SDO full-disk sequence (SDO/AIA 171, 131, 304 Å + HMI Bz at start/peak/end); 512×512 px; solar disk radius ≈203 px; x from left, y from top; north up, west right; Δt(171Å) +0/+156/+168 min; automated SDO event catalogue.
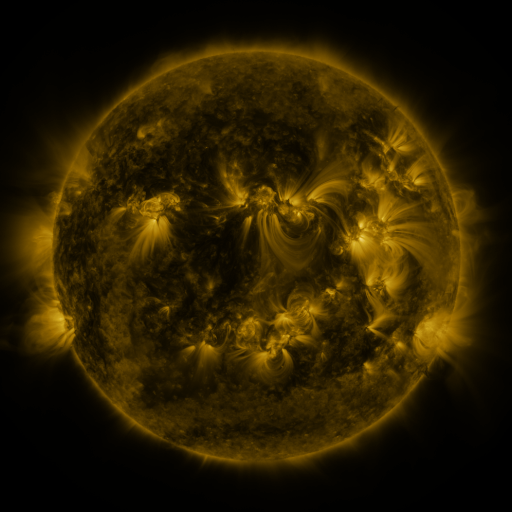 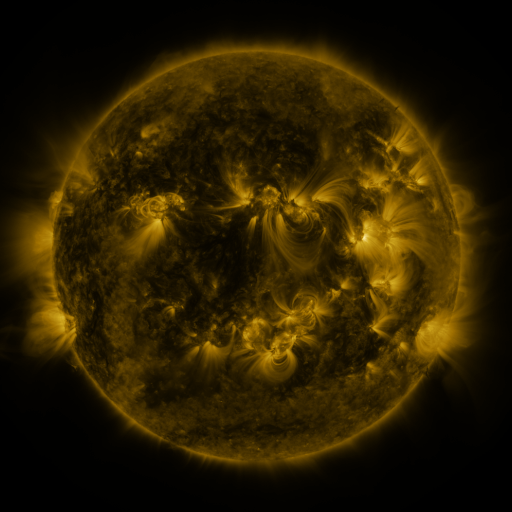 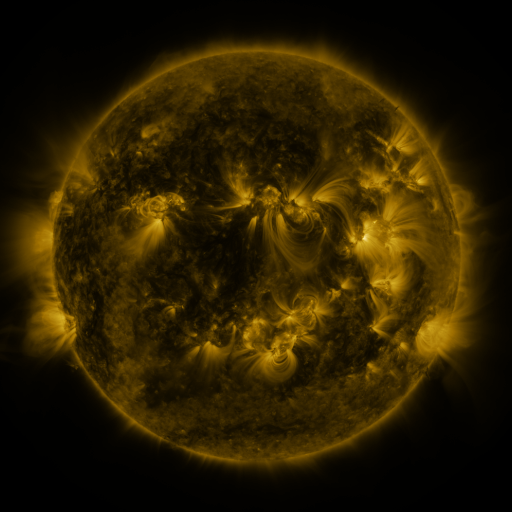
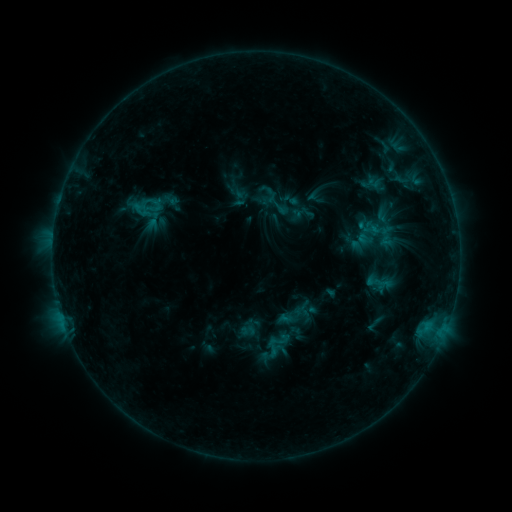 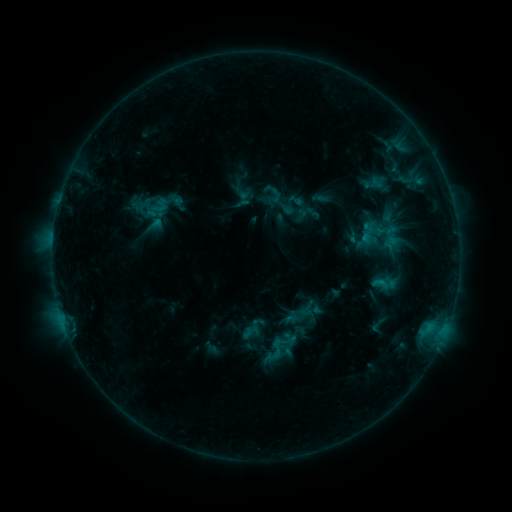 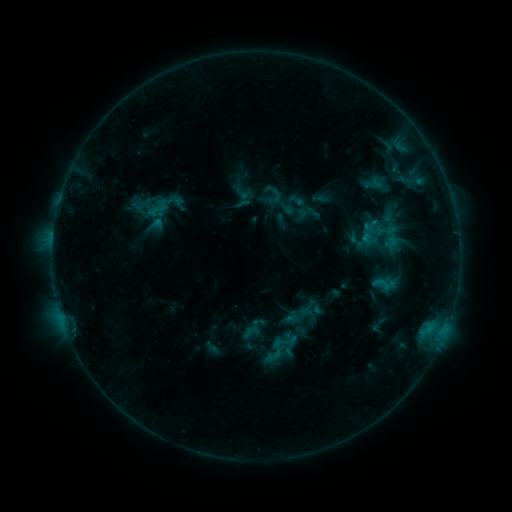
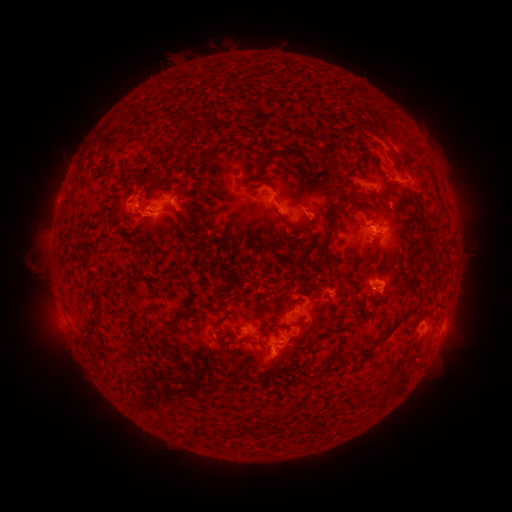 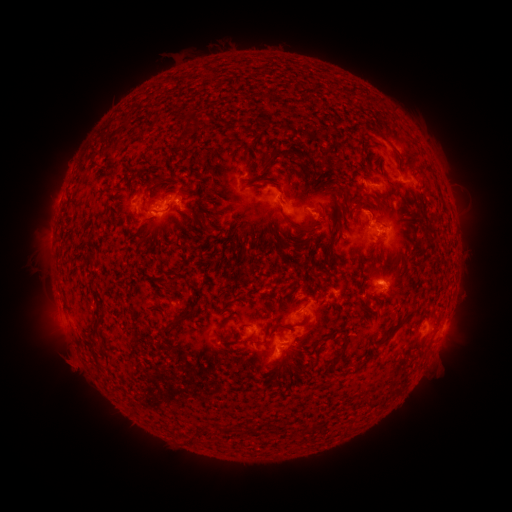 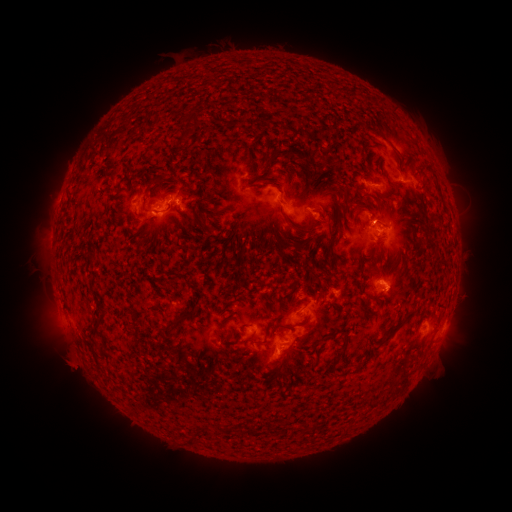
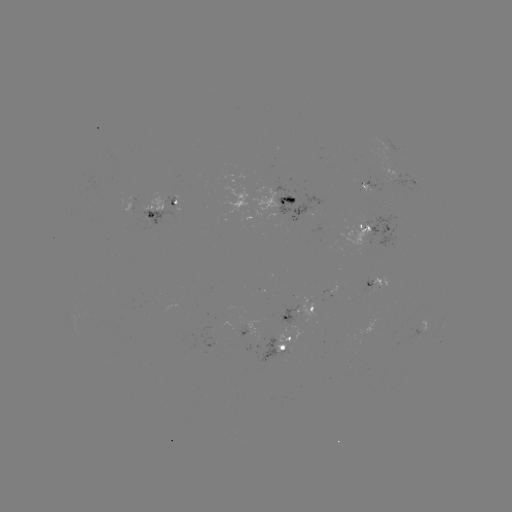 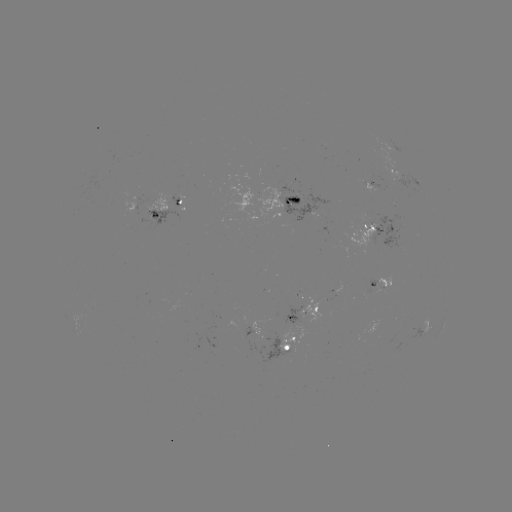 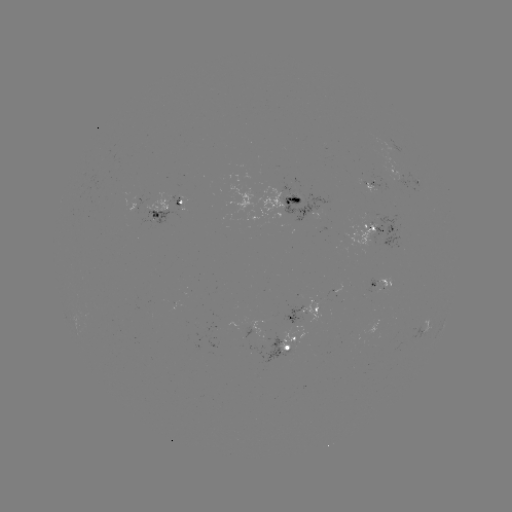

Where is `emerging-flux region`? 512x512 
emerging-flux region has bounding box [377, 276, 390, 291].